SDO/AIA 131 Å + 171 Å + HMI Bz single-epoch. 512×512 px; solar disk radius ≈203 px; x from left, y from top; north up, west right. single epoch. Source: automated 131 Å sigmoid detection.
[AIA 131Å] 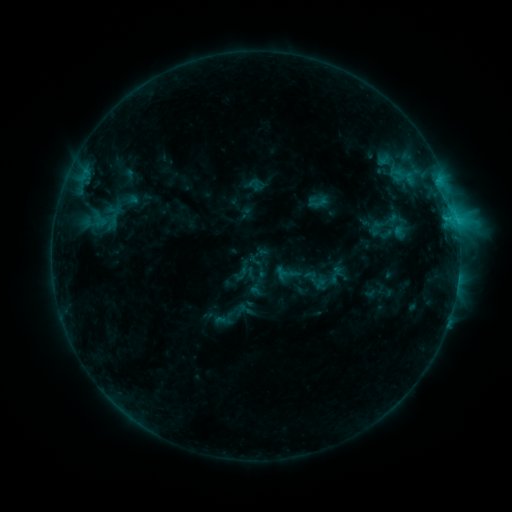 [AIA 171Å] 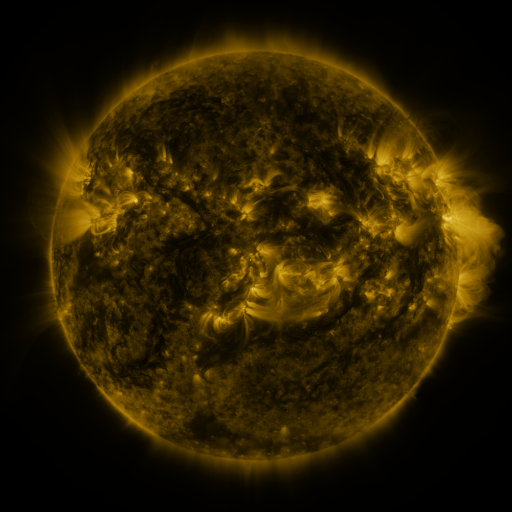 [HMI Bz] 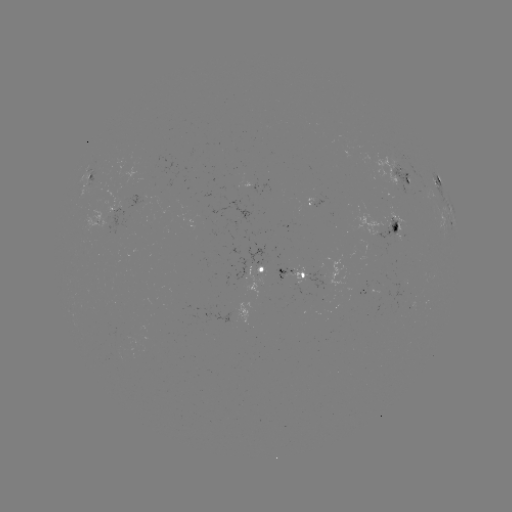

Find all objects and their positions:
sigmoid: (288, 275)
